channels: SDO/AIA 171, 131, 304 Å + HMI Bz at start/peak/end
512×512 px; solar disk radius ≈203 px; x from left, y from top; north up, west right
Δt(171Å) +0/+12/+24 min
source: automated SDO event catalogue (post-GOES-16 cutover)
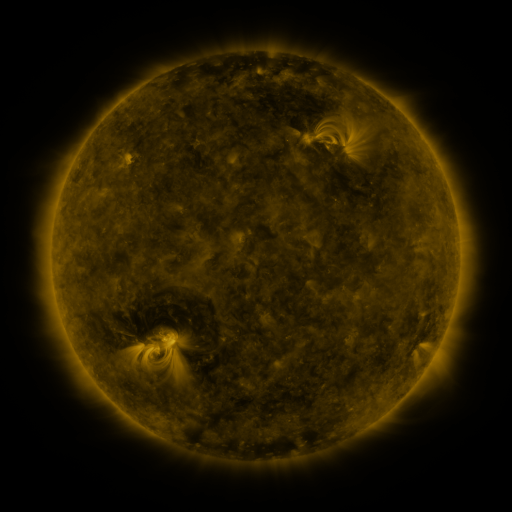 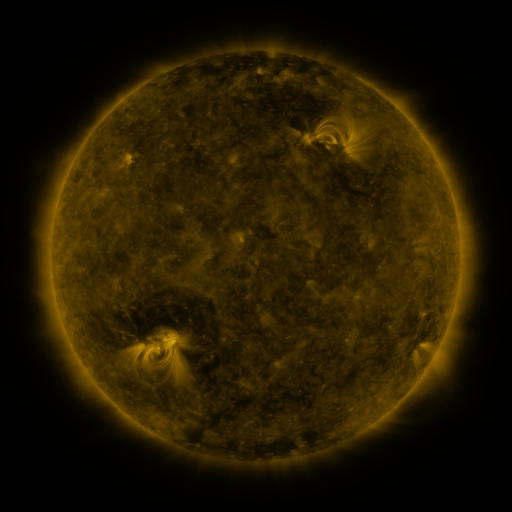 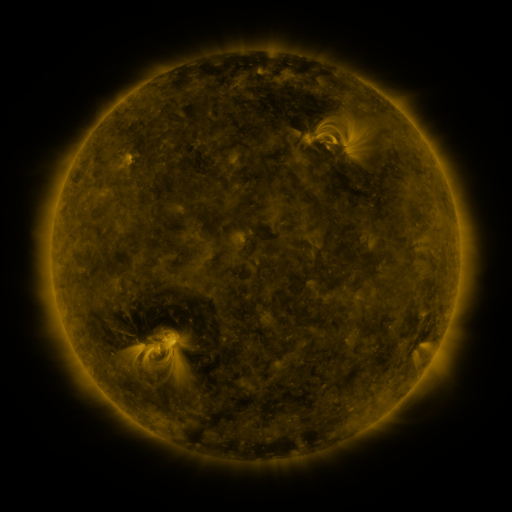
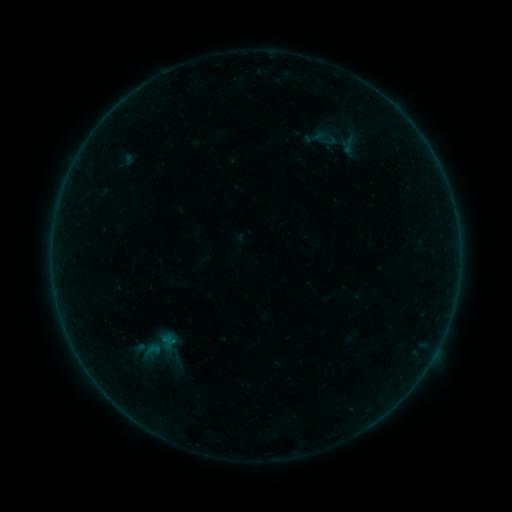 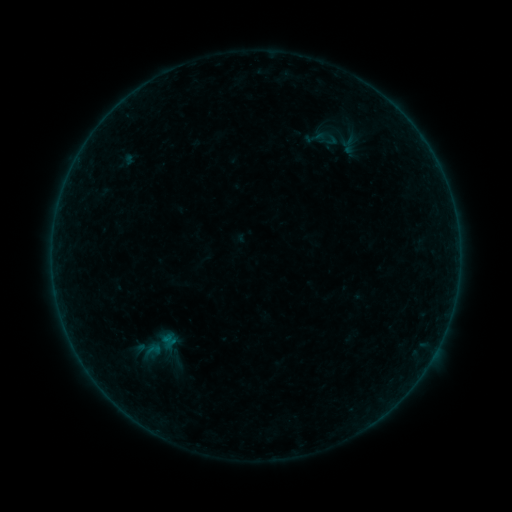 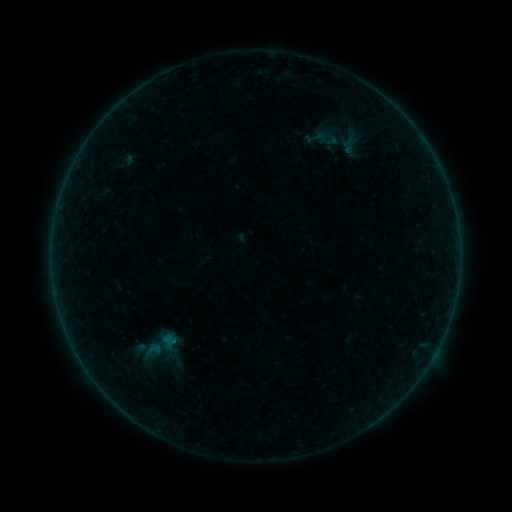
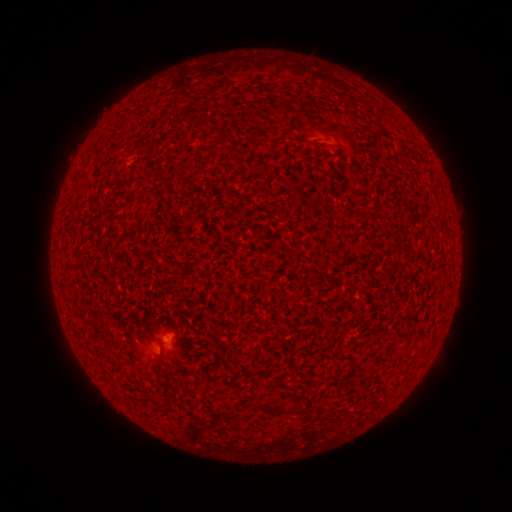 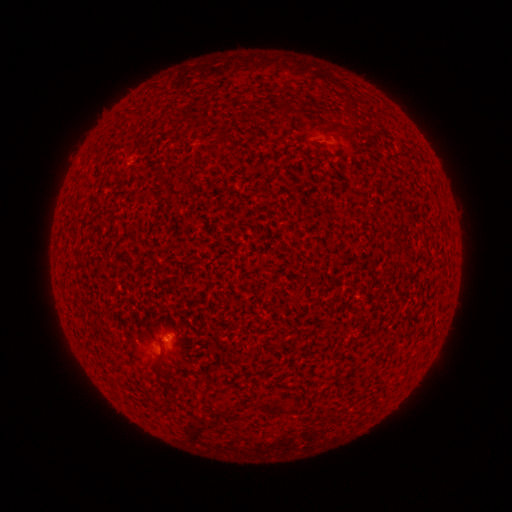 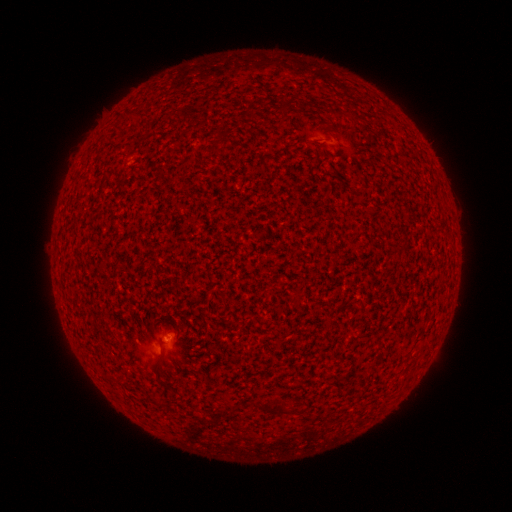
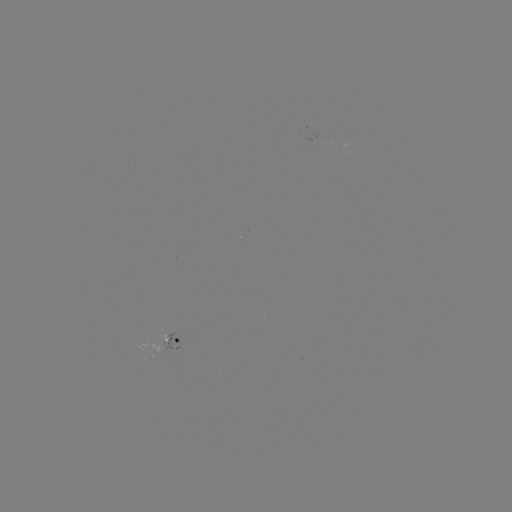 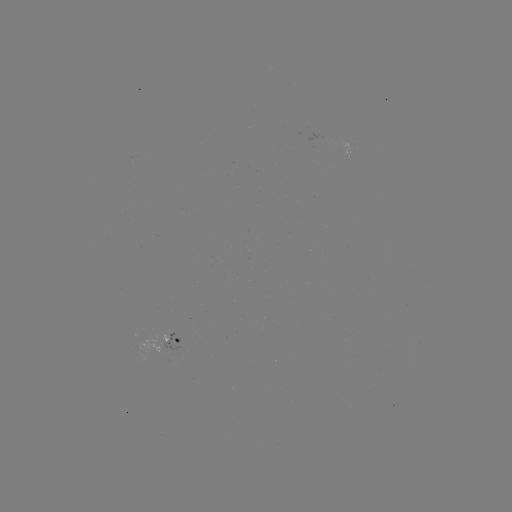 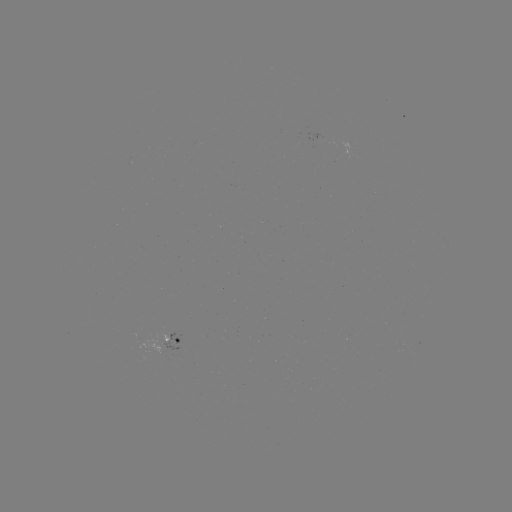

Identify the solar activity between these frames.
A7.8 flare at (167, 336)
